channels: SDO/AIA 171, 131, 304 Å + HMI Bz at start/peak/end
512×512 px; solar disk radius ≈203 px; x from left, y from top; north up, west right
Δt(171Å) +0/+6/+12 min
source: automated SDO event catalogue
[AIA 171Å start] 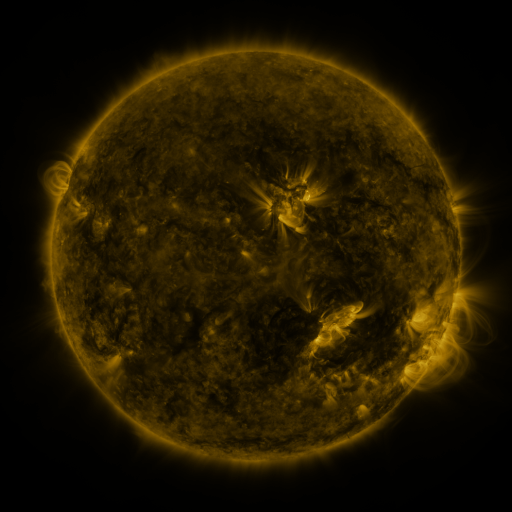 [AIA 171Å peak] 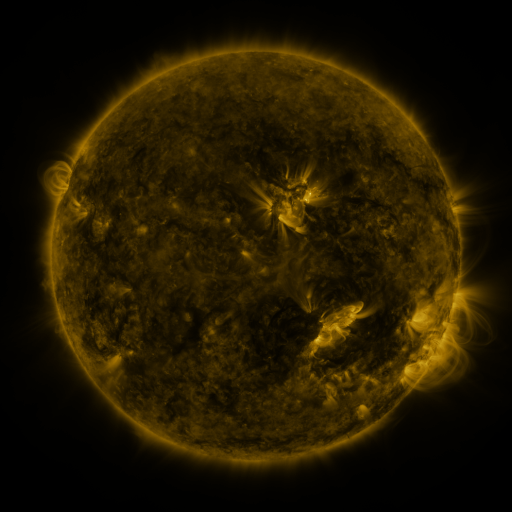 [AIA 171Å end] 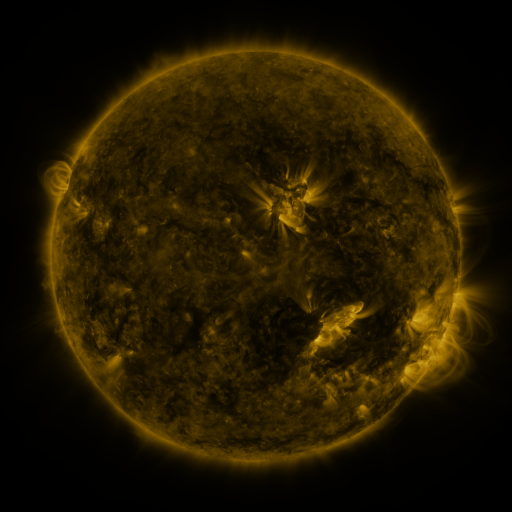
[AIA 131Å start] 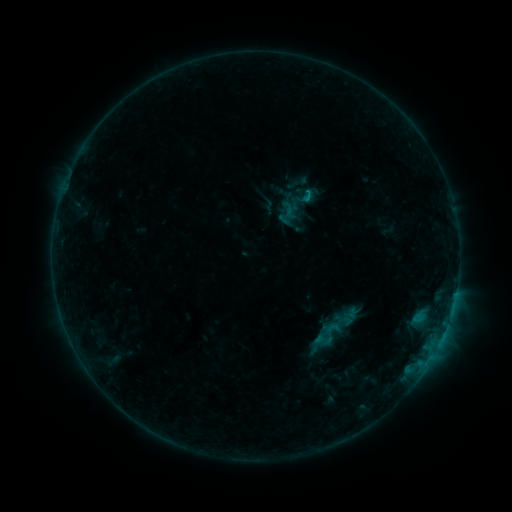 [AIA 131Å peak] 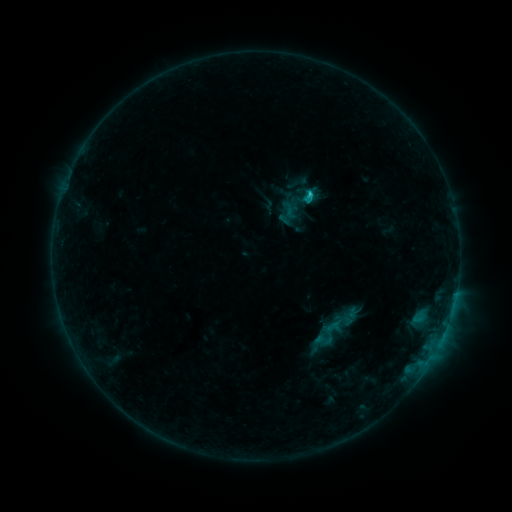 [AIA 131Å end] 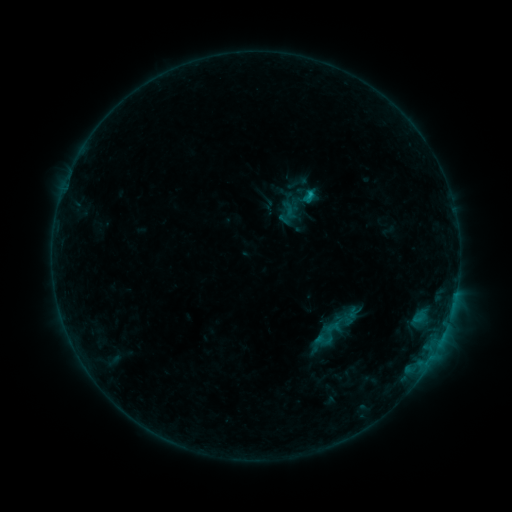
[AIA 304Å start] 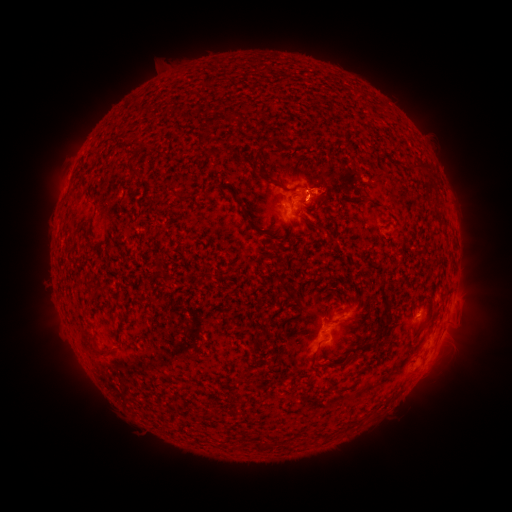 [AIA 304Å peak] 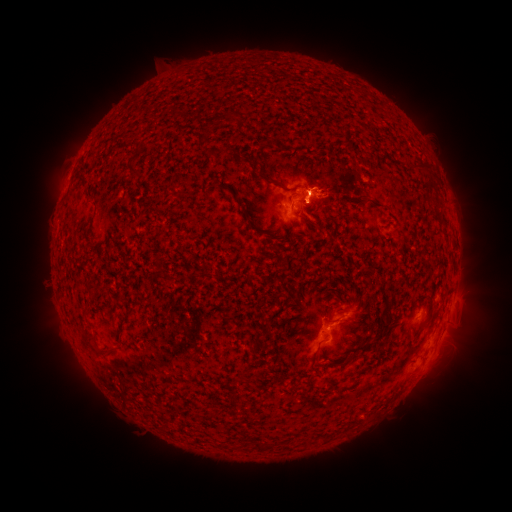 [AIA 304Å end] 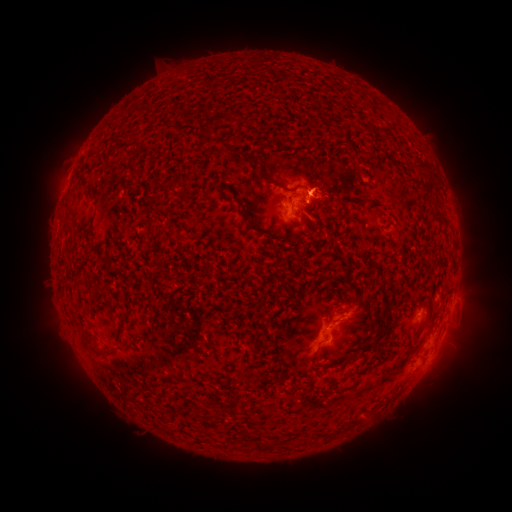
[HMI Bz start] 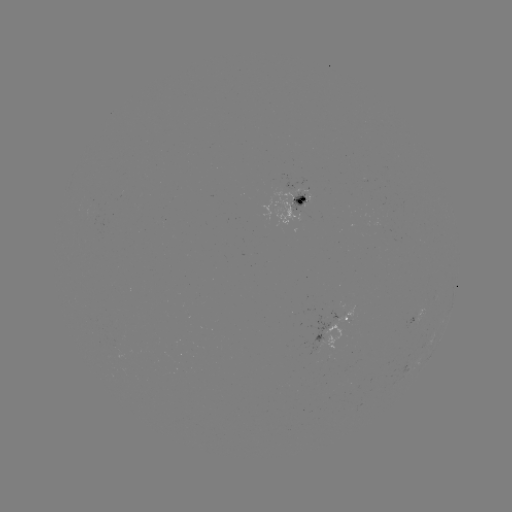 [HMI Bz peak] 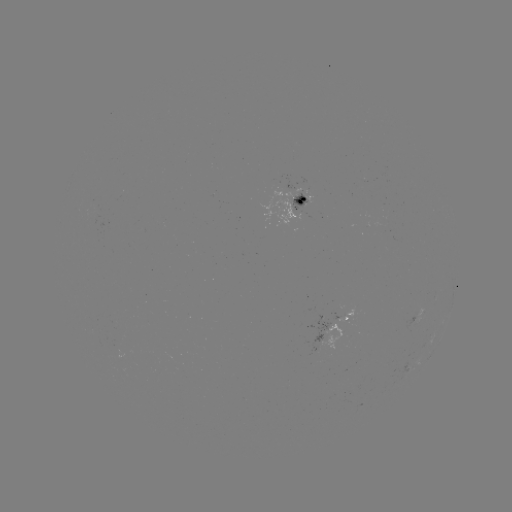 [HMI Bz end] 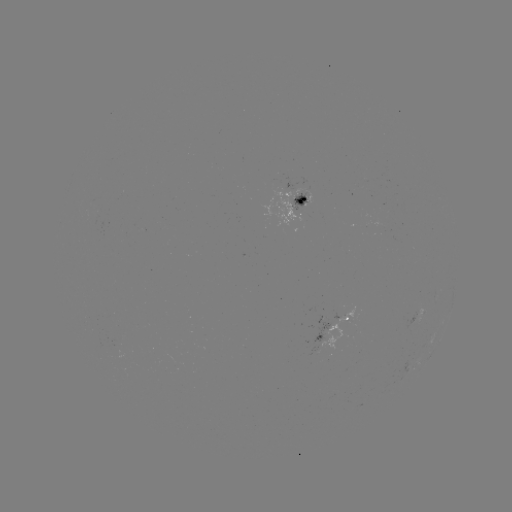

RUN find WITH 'C1.1 flare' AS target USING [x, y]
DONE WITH [307, 197] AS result